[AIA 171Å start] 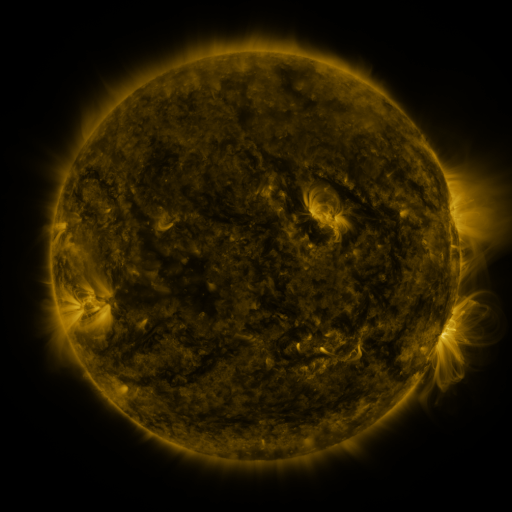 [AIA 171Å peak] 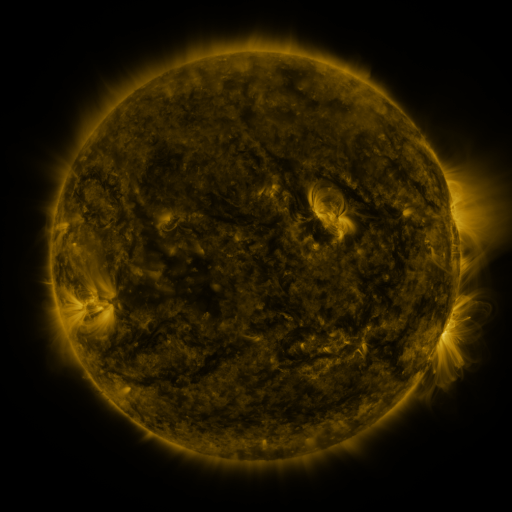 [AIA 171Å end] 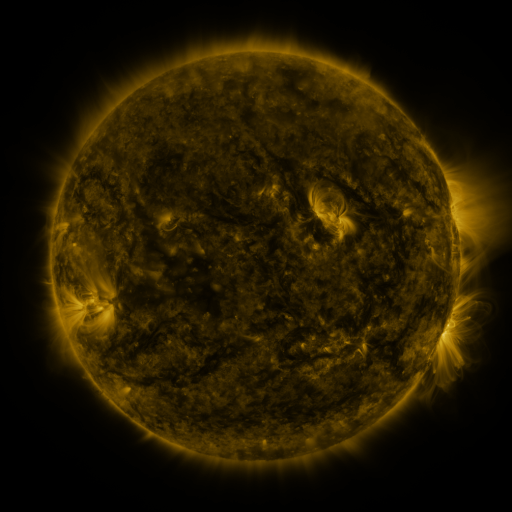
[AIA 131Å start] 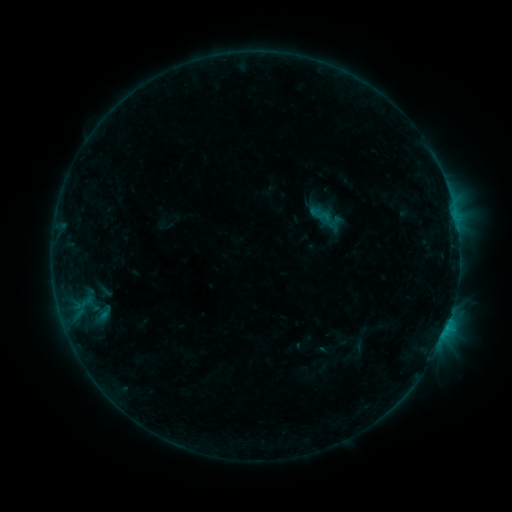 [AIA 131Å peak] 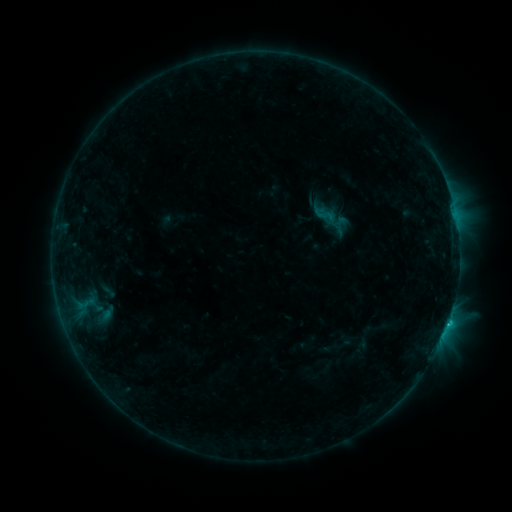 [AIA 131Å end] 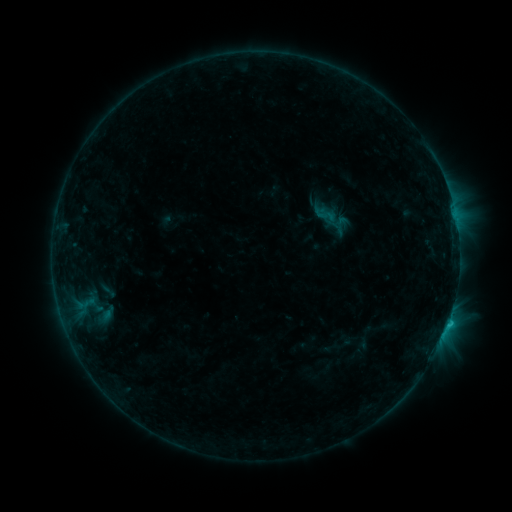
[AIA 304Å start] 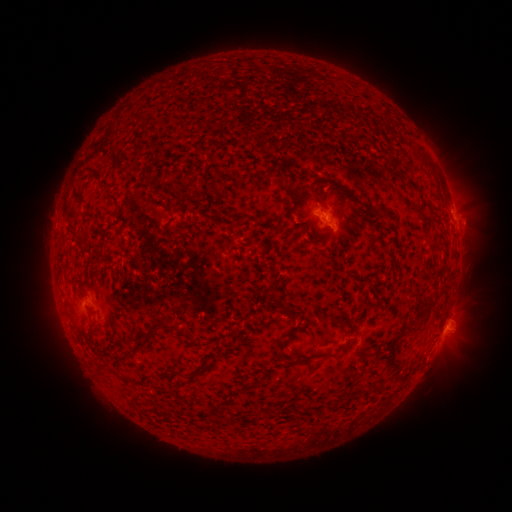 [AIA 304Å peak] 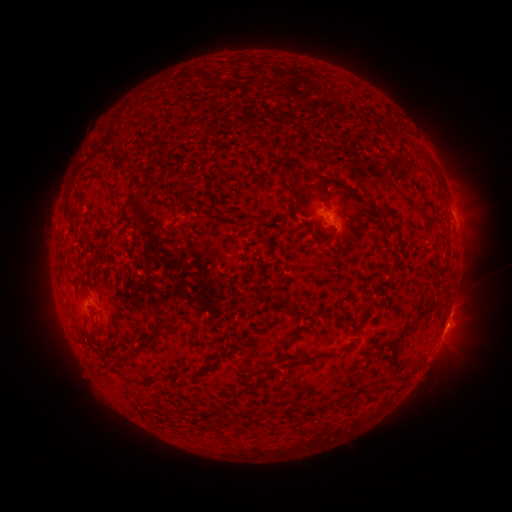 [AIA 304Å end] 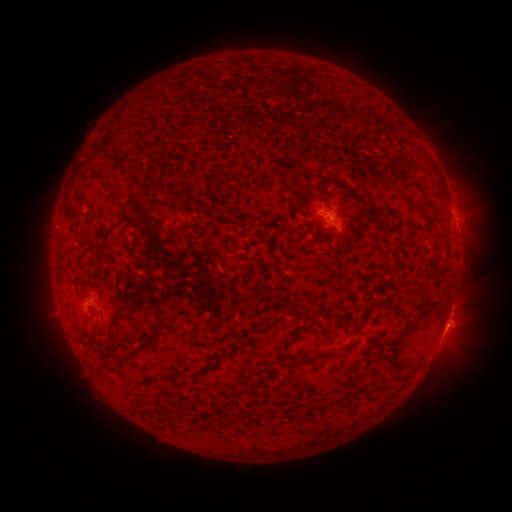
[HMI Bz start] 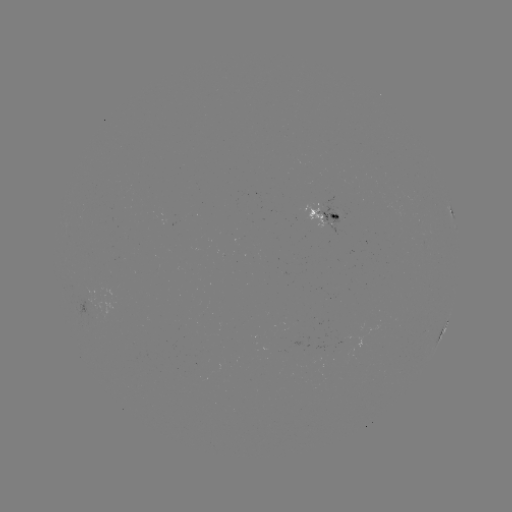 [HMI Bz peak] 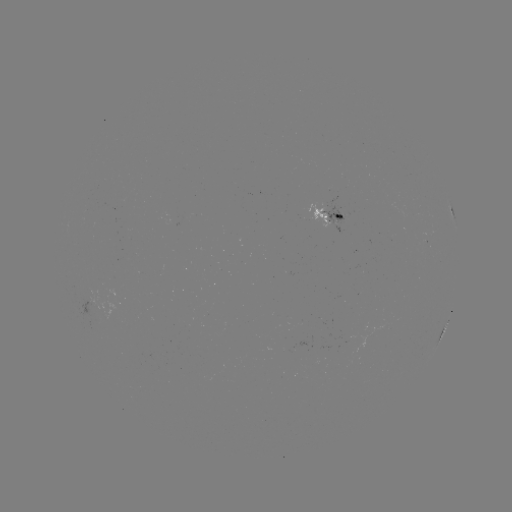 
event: flare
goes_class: C1.7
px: (446, 319)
